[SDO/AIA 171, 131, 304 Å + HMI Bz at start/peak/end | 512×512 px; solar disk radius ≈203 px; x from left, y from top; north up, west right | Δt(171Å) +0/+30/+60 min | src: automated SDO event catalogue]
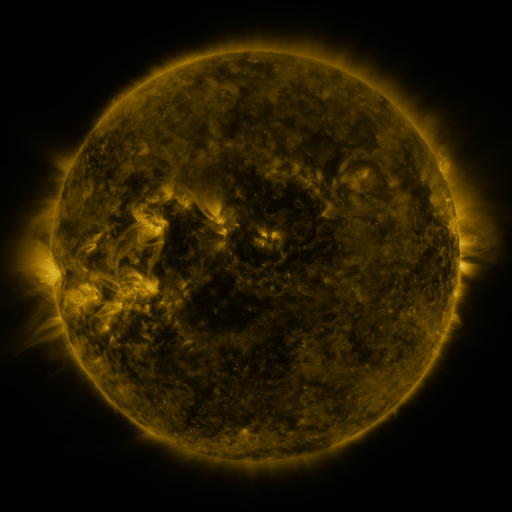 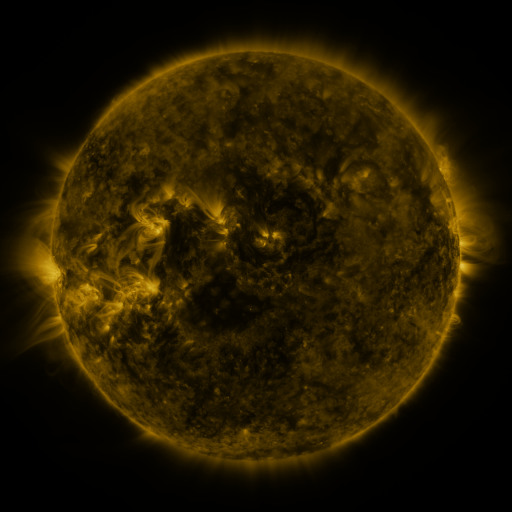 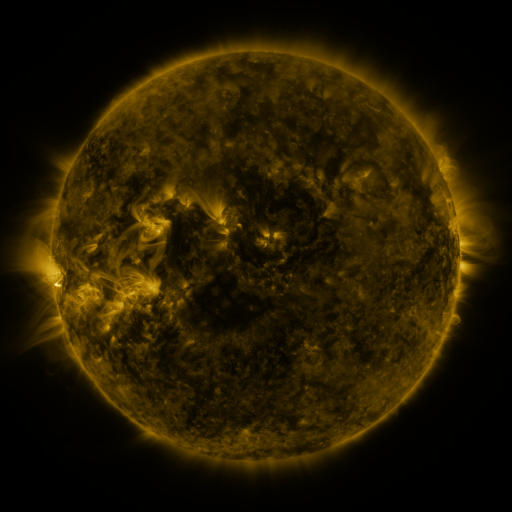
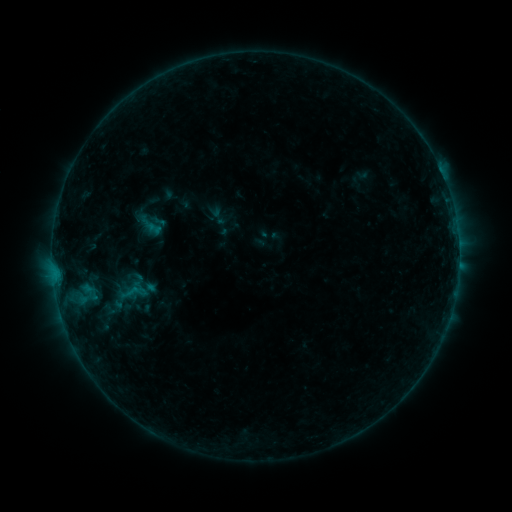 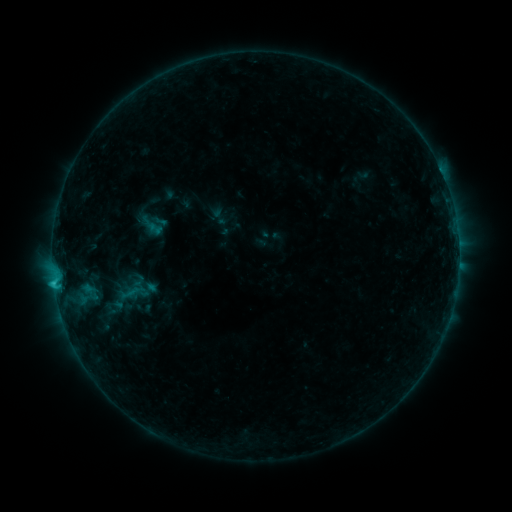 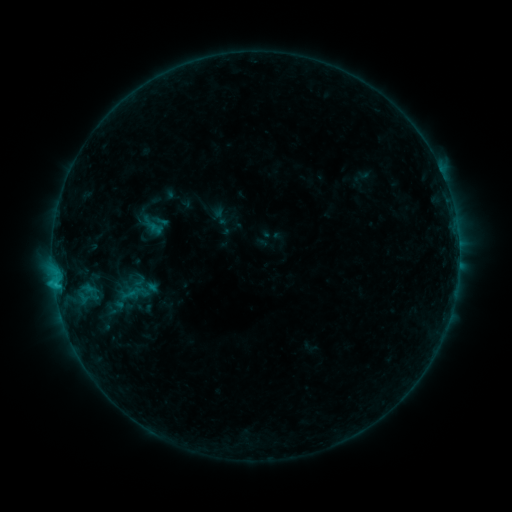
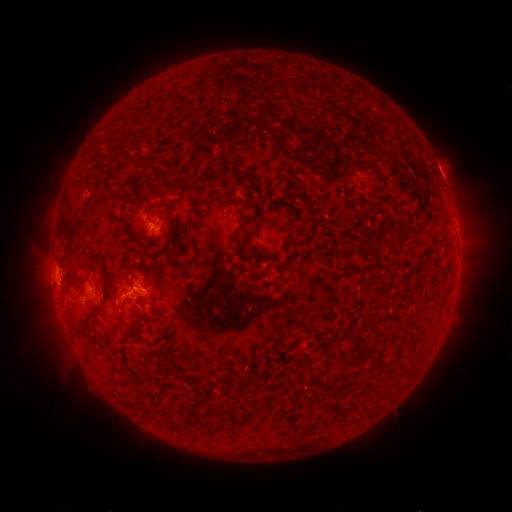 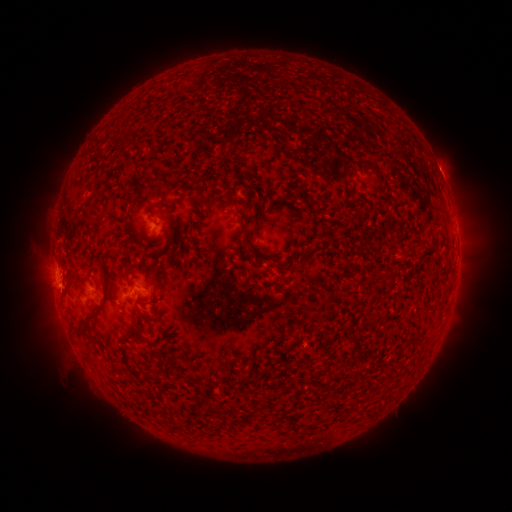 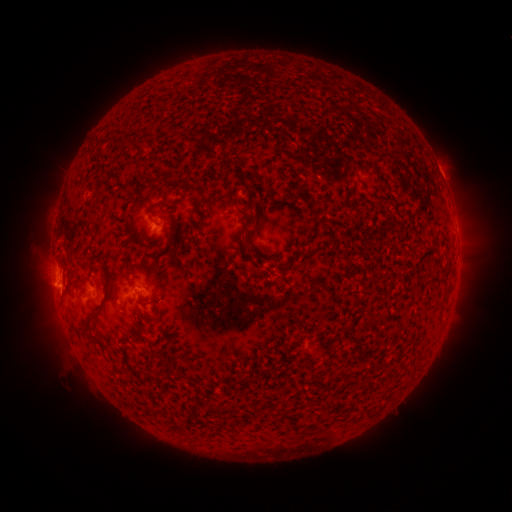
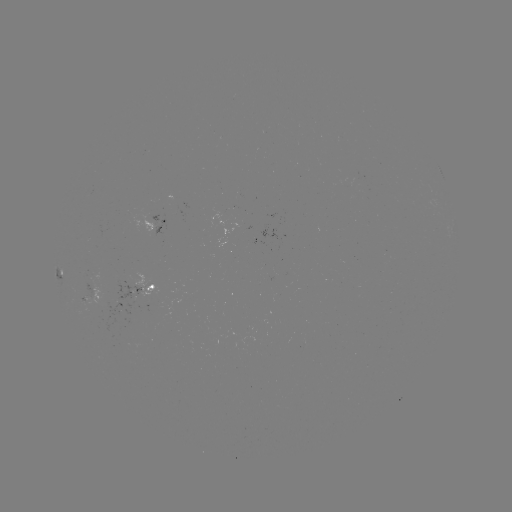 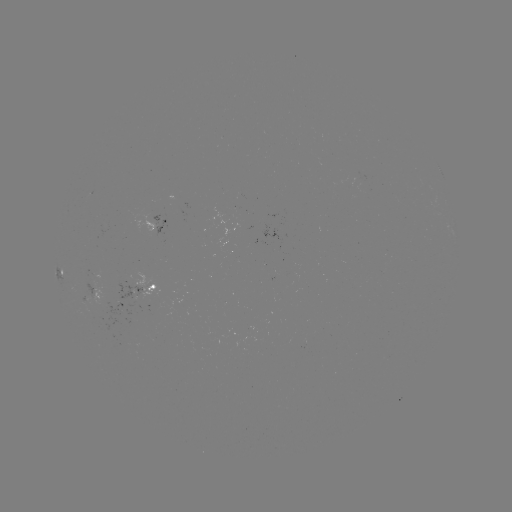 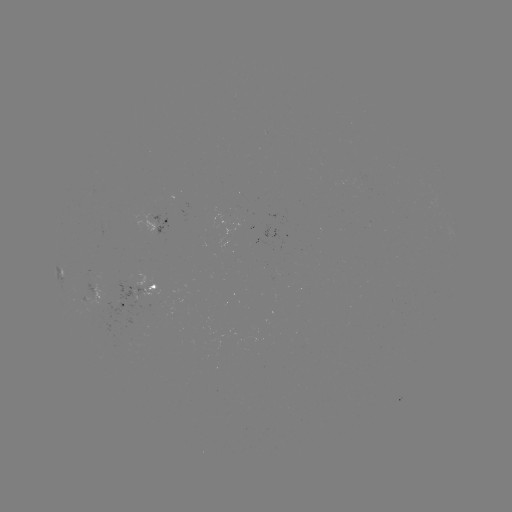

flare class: C1.1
